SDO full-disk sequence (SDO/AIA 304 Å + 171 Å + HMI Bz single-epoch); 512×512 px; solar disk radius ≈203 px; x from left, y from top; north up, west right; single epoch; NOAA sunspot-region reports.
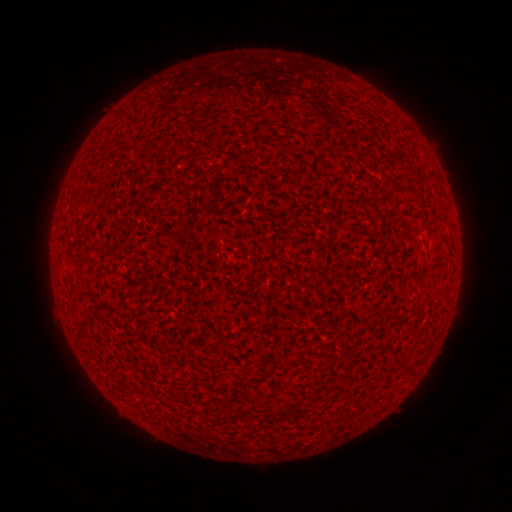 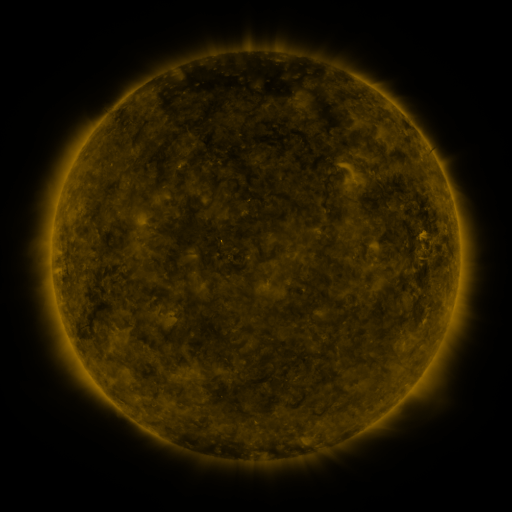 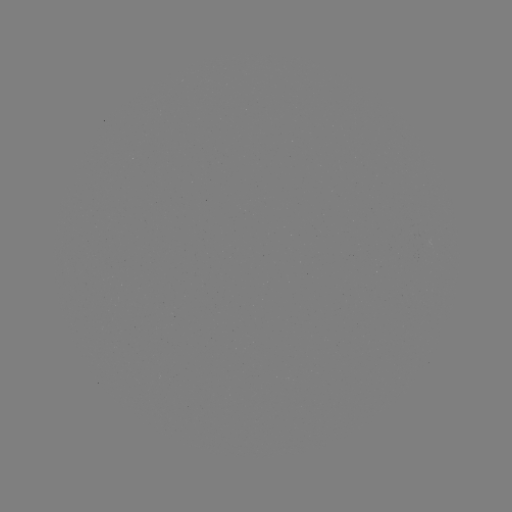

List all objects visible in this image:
(none)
